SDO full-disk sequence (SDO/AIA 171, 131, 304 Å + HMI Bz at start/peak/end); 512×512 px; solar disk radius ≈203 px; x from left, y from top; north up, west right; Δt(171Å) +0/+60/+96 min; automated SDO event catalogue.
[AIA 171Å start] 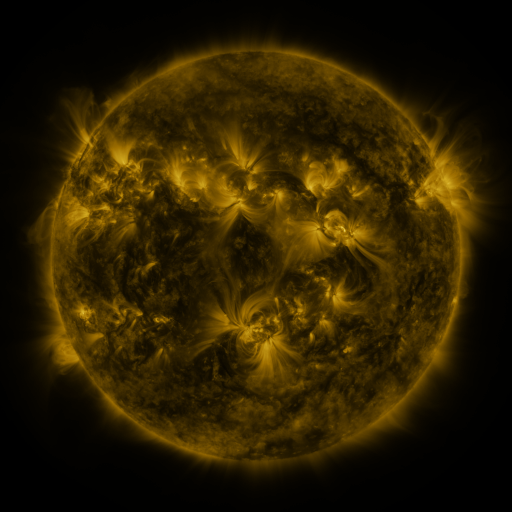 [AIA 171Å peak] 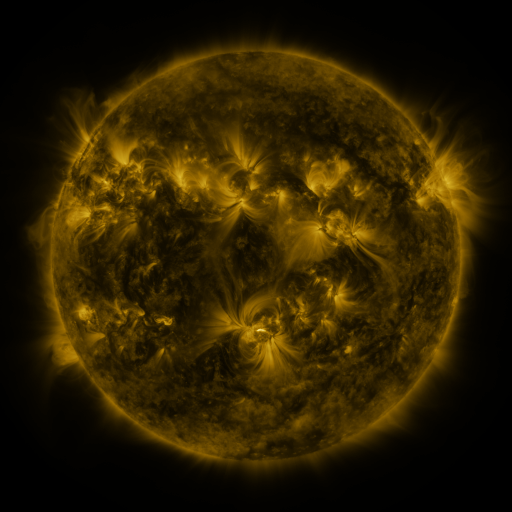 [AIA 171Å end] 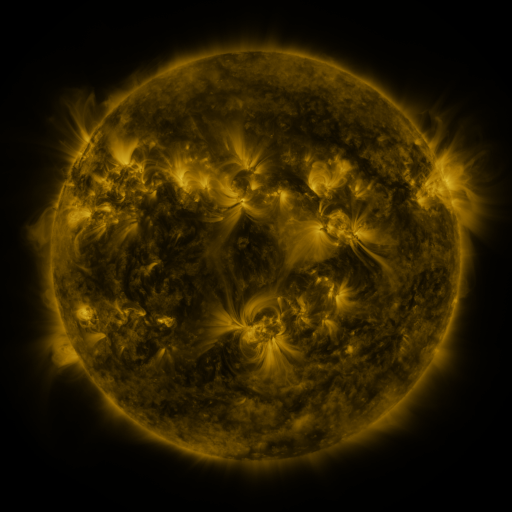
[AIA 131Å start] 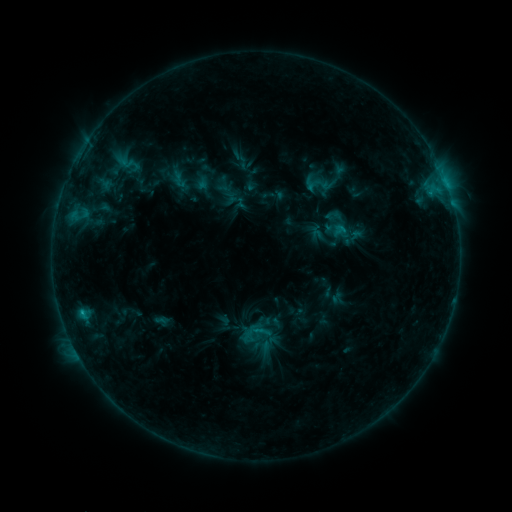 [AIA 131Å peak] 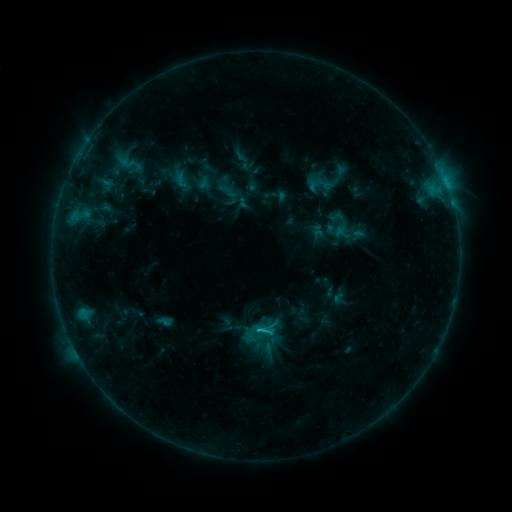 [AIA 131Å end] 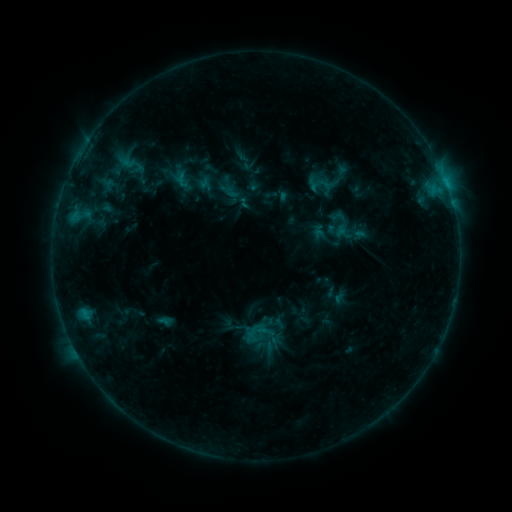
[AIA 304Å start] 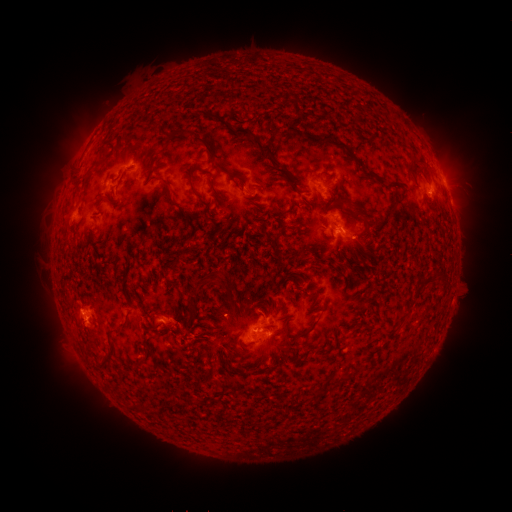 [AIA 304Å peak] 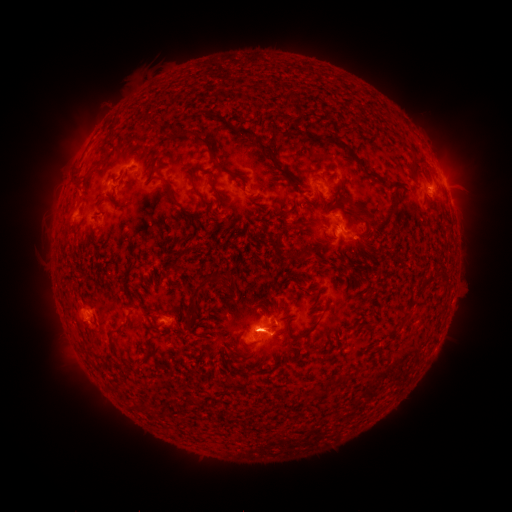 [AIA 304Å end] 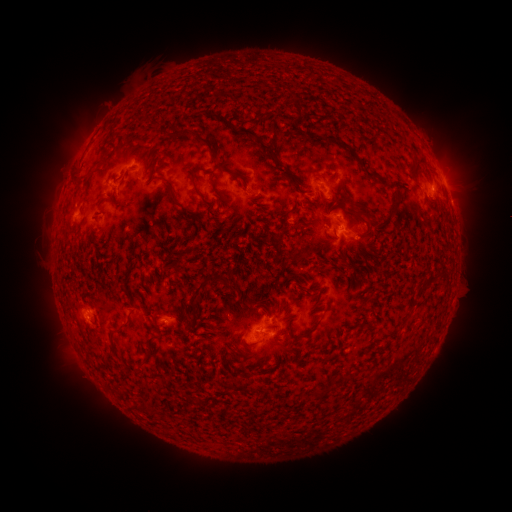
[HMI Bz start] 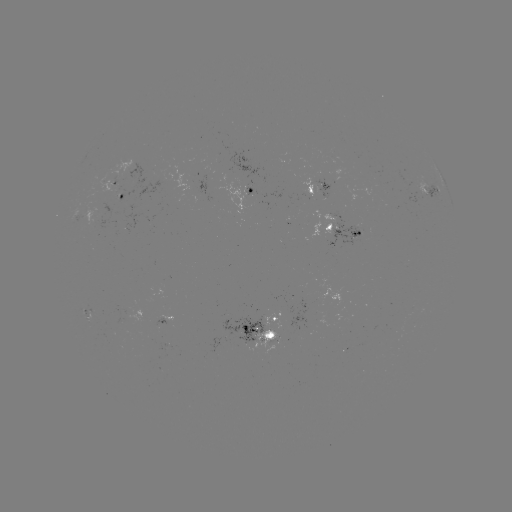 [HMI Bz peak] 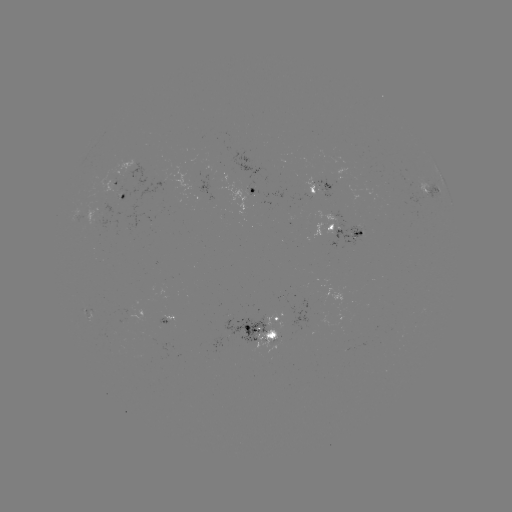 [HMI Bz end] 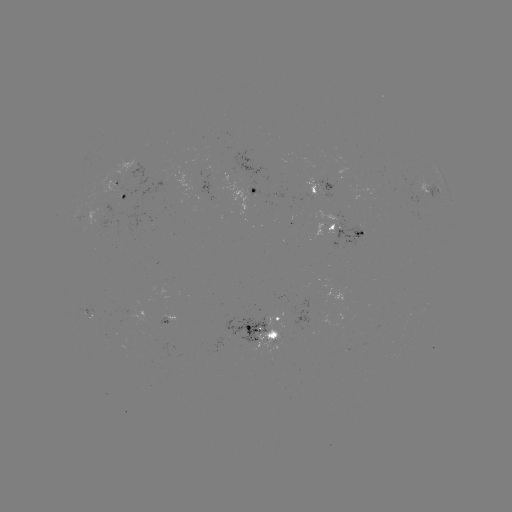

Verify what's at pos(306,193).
emerging-flux region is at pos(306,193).